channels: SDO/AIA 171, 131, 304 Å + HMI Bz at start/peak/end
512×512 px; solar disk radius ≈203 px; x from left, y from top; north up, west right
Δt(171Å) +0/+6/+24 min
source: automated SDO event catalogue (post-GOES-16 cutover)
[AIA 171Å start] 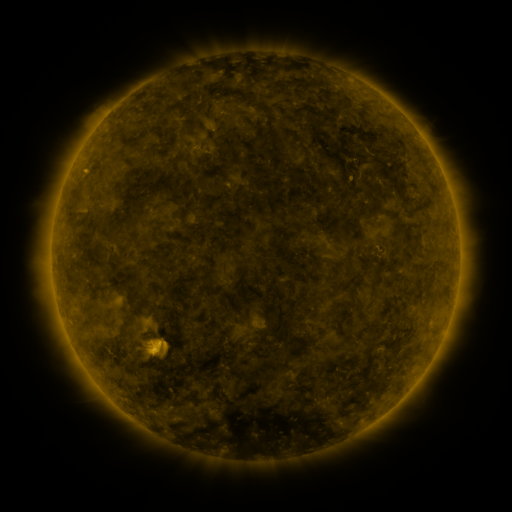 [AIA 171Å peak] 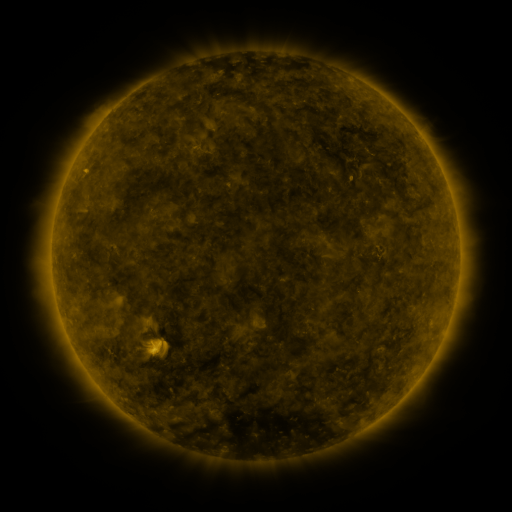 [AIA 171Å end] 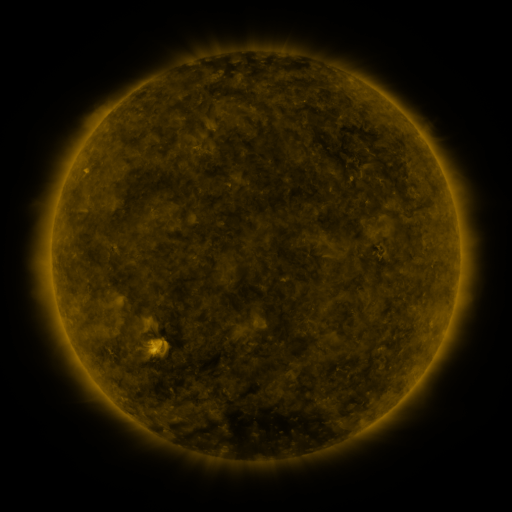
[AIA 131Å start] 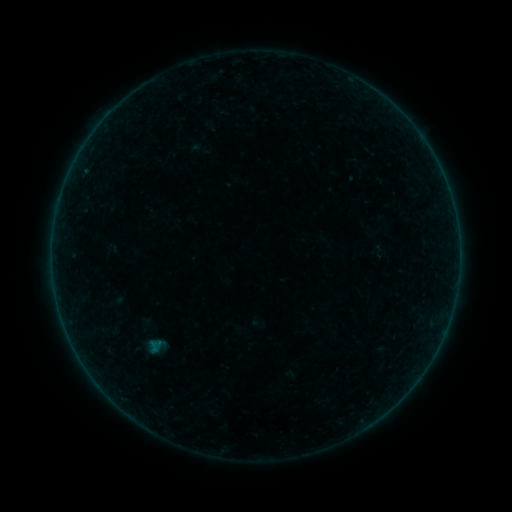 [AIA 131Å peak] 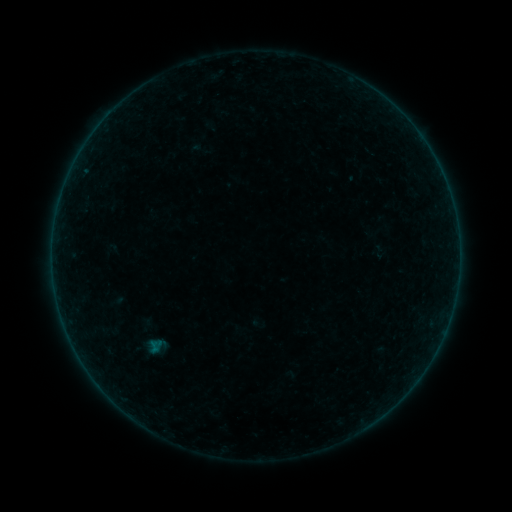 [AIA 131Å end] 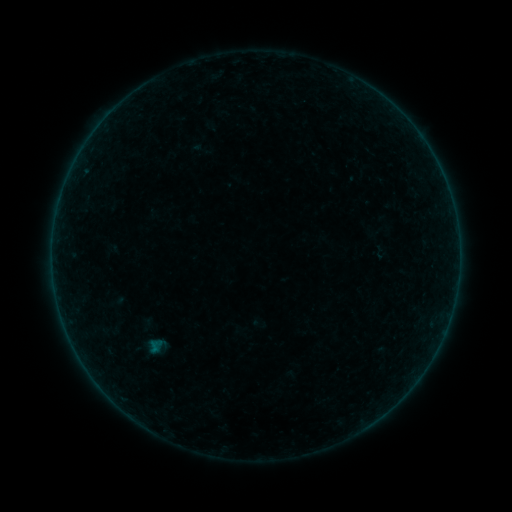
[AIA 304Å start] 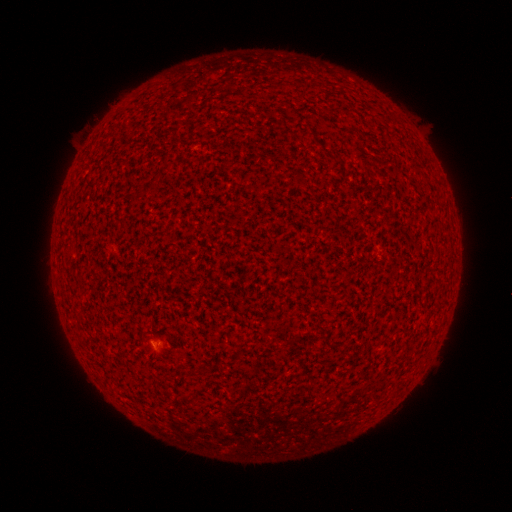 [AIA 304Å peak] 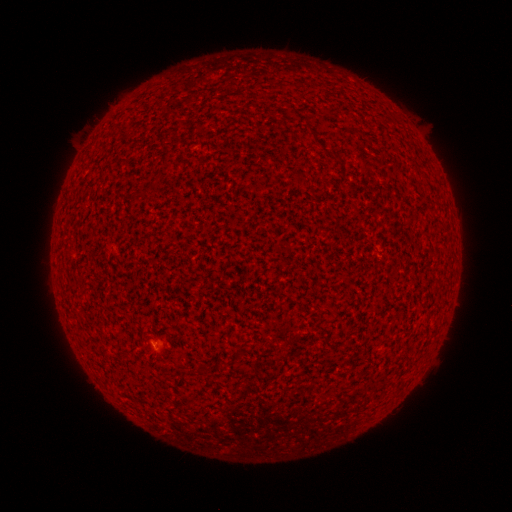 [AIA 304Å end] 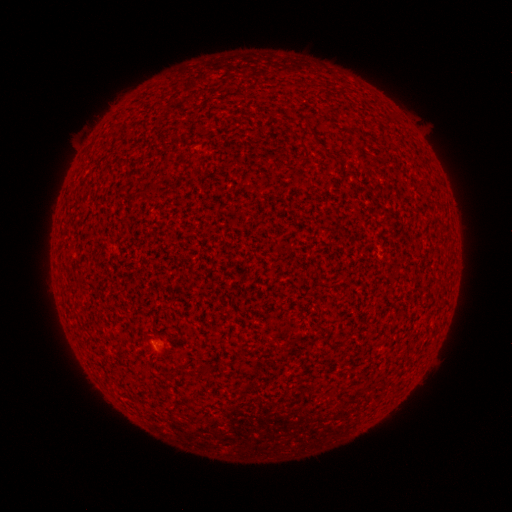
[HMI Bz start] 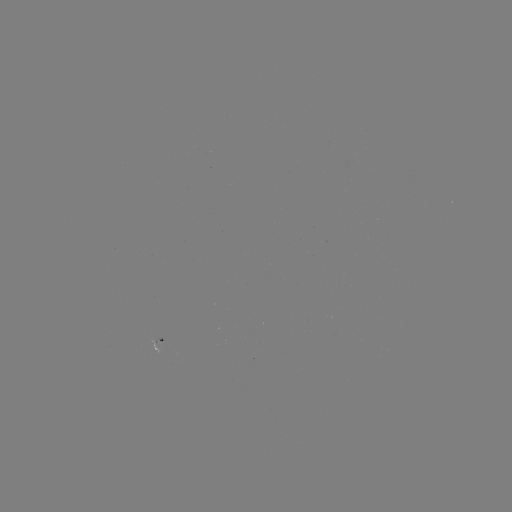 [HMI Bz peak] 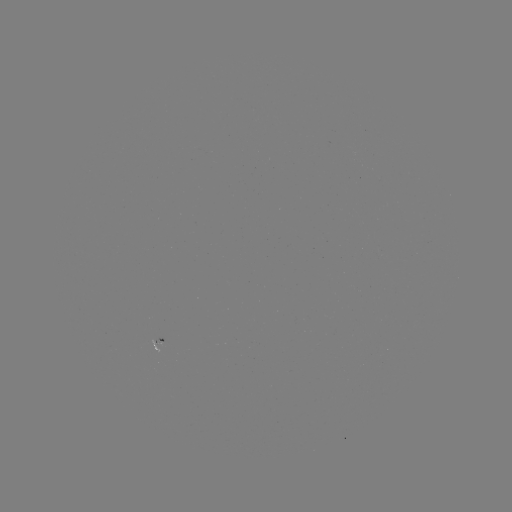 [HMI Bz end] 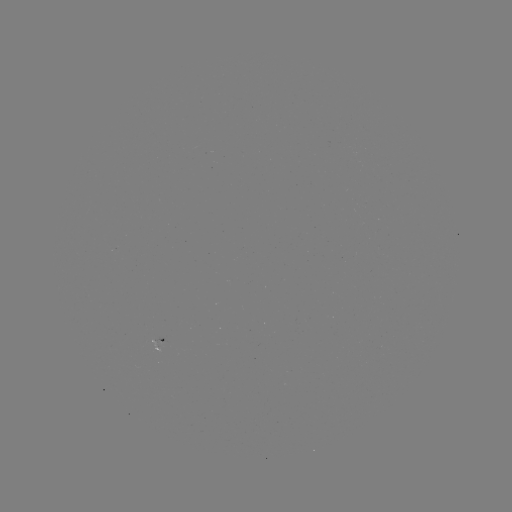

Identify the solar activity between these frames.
A1.7 flare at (156, 345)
